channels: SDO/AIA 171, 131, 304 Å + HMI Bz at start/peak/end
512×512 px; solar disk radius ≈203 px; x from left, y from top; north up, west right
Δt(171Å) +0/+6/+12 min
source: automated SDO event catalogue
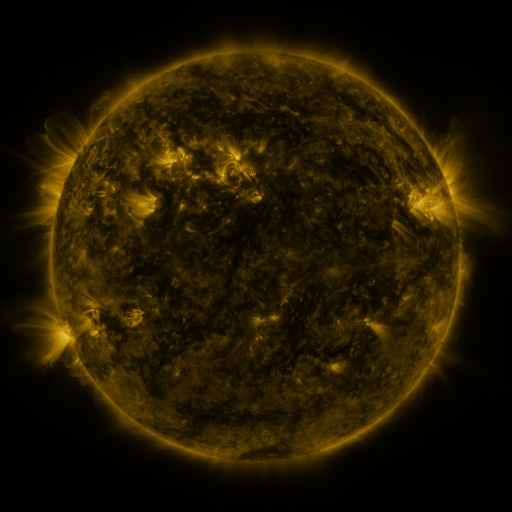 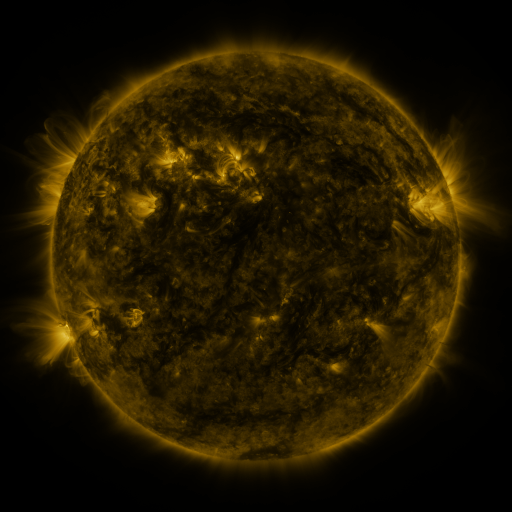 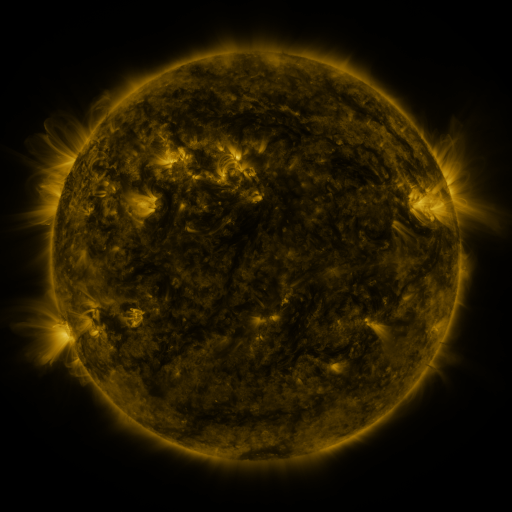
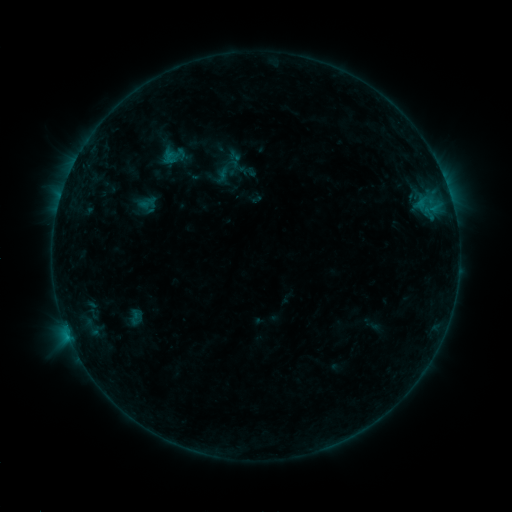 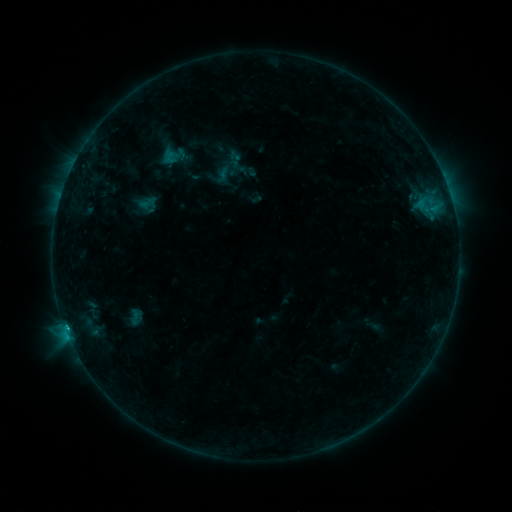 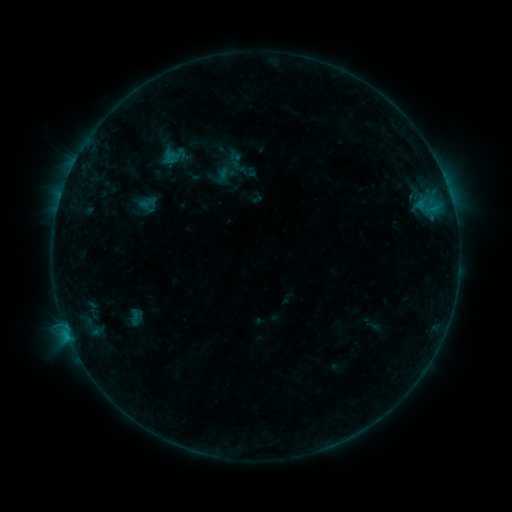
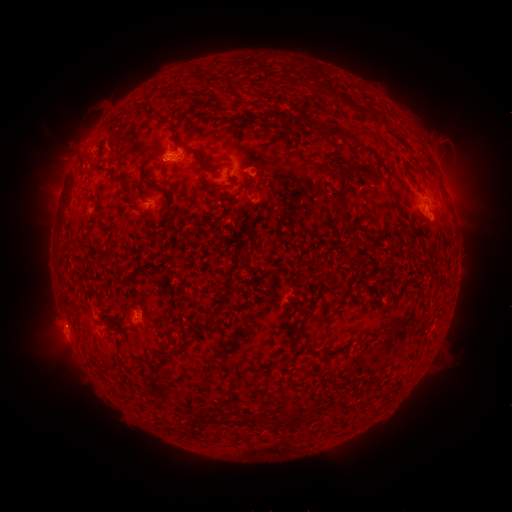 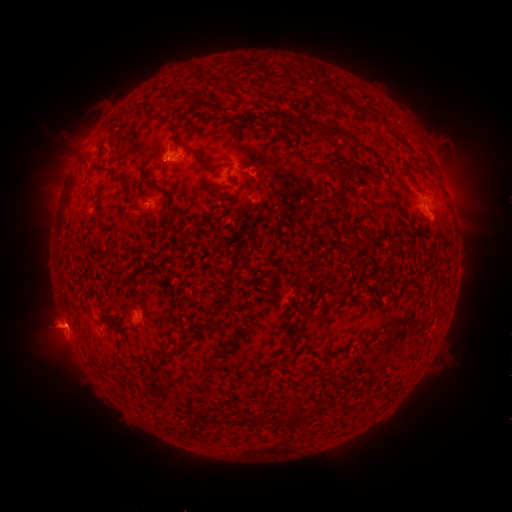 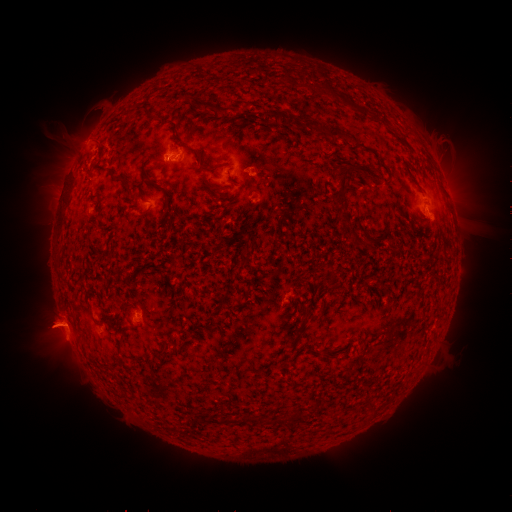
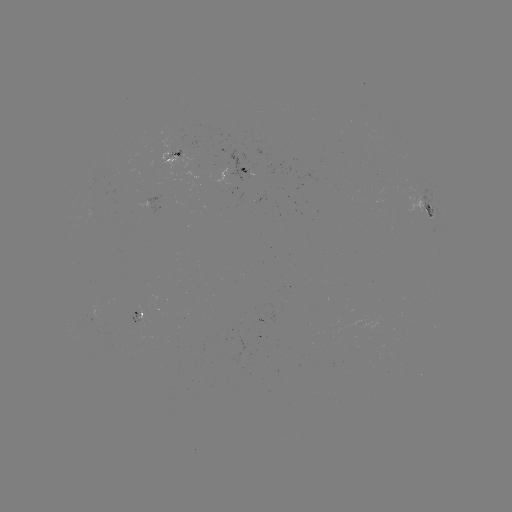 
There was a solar flare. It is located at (67, 327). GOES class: B8.2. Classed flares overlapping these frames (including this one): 1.